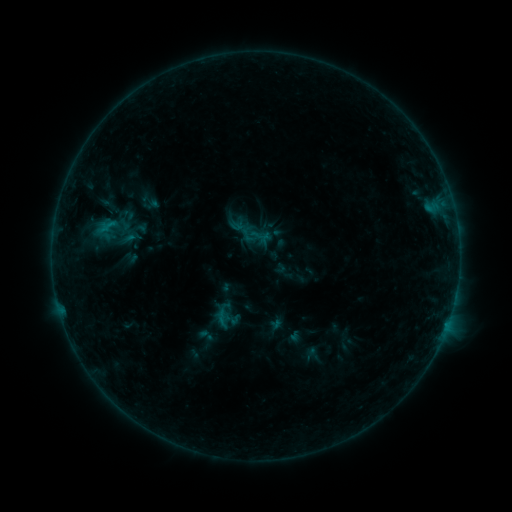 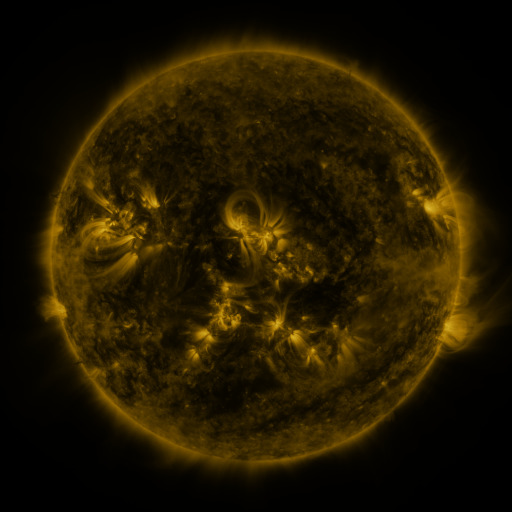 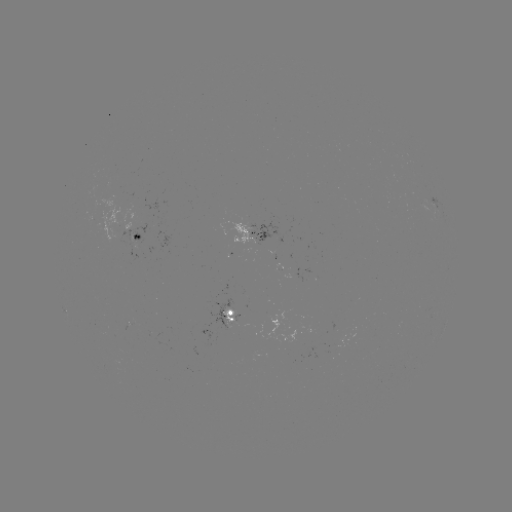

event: sigmoid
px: (222, 318)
